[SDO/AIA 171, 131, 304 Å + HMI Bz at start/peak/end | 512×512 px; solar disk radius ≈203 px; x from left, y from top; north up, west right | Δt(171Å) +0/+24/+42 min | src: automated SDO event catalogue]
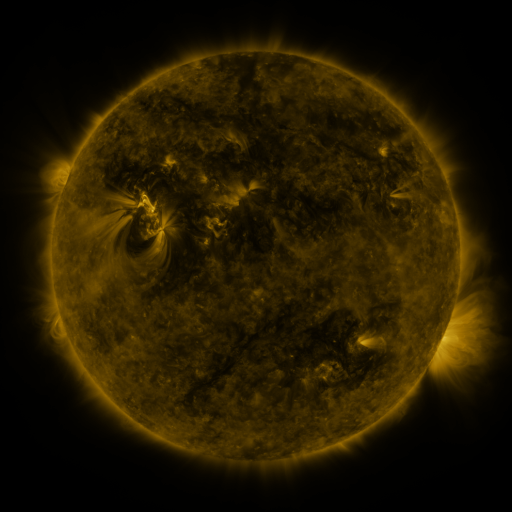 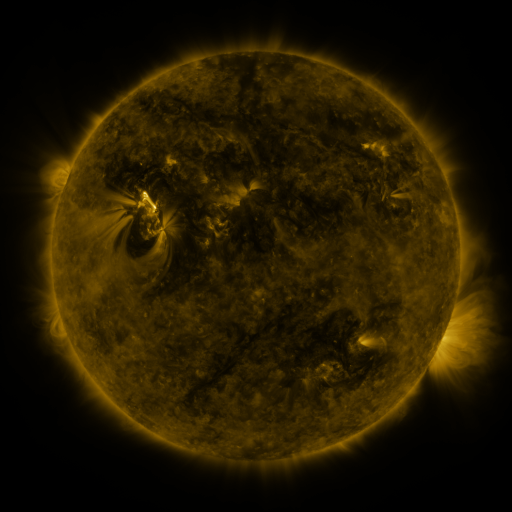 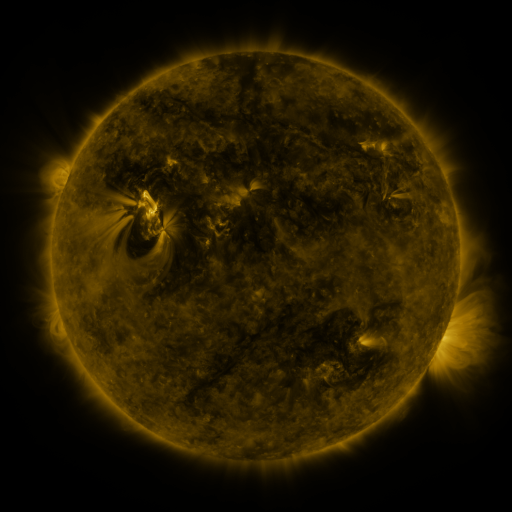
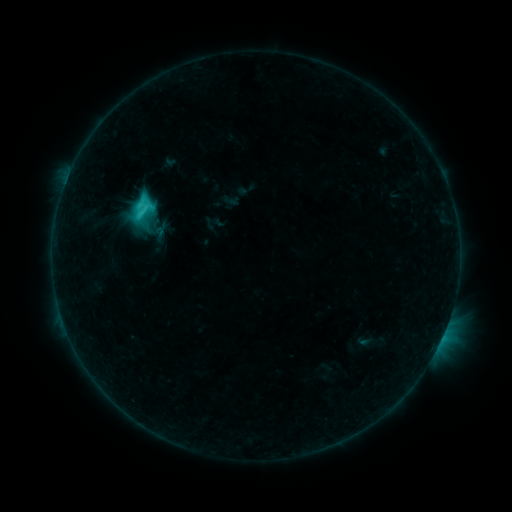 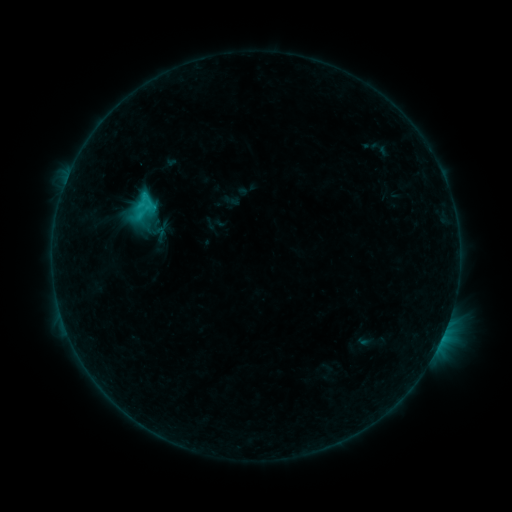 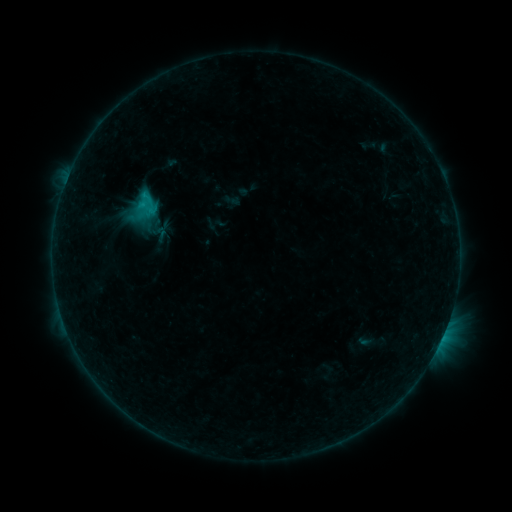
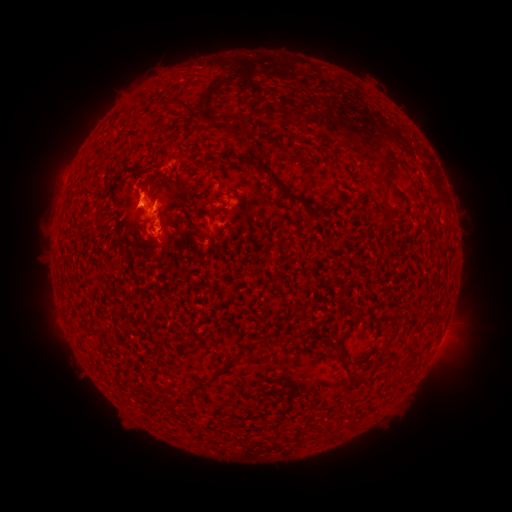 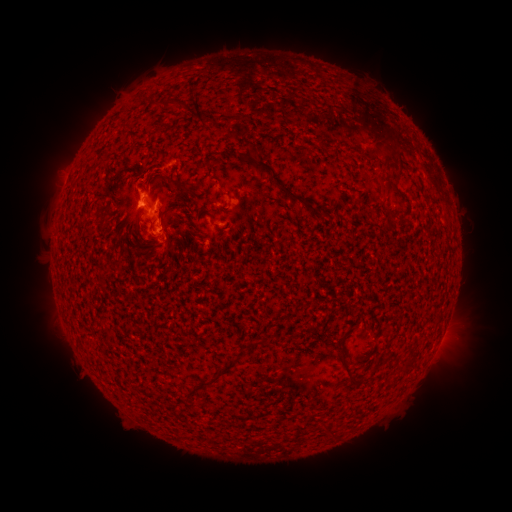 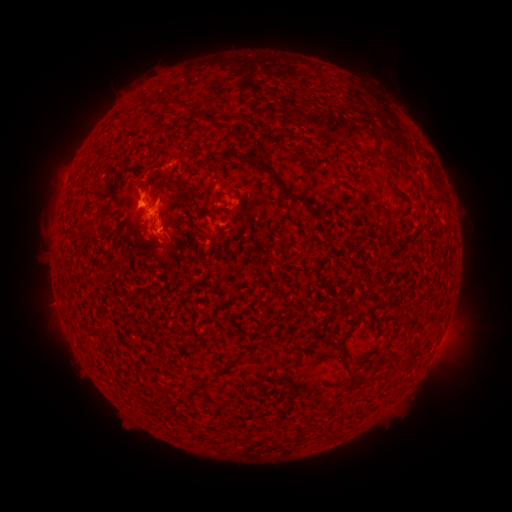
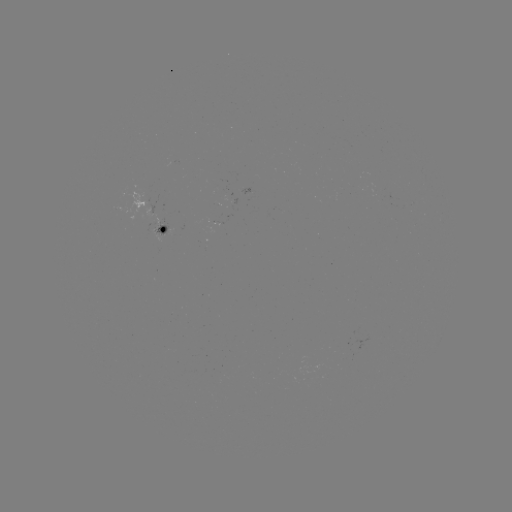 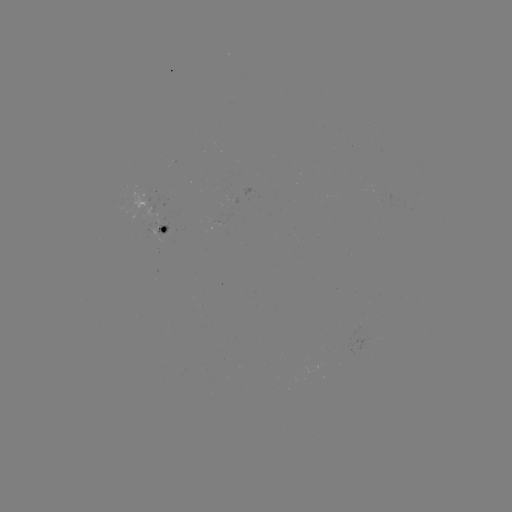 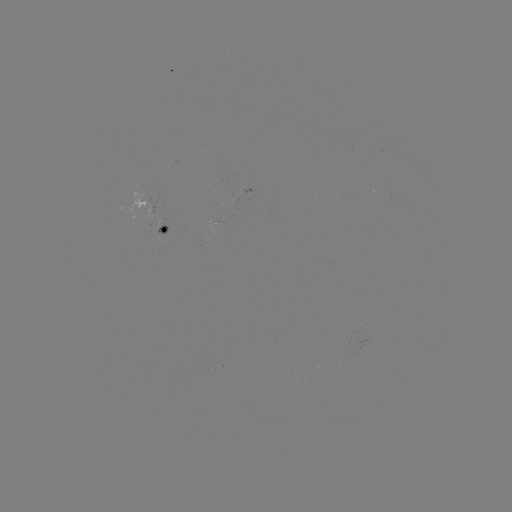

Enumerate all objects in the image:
eruption: (206, 75)
